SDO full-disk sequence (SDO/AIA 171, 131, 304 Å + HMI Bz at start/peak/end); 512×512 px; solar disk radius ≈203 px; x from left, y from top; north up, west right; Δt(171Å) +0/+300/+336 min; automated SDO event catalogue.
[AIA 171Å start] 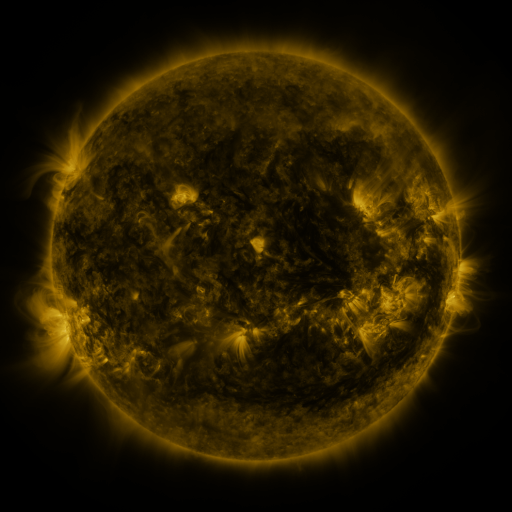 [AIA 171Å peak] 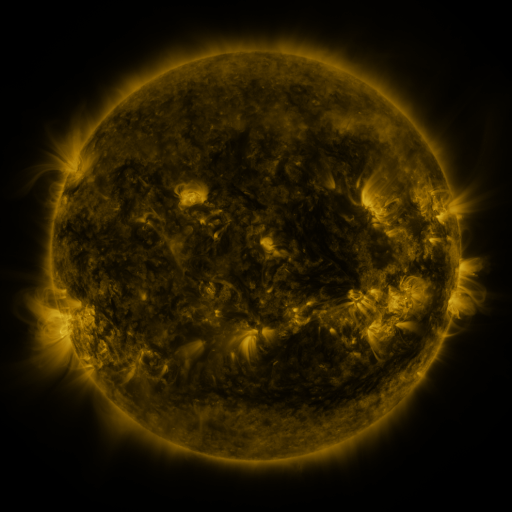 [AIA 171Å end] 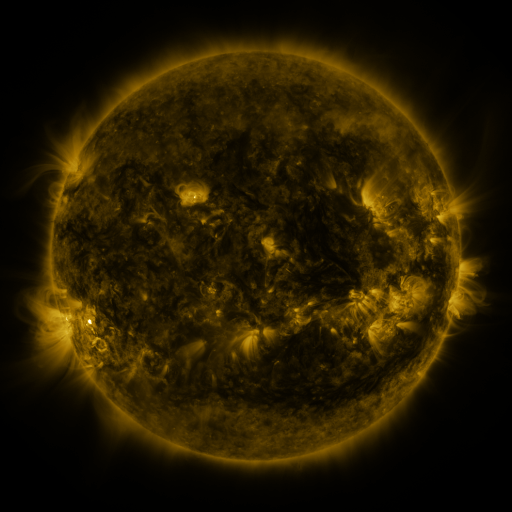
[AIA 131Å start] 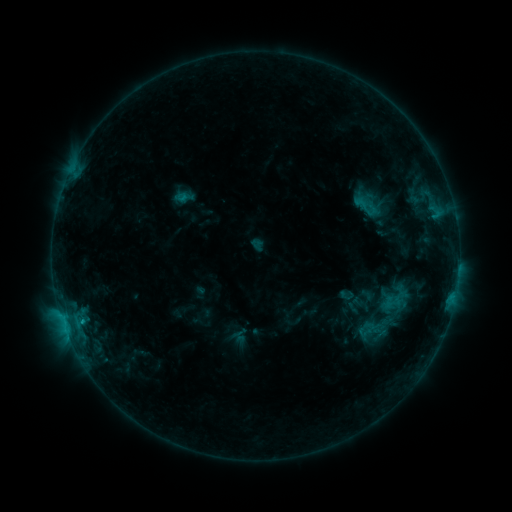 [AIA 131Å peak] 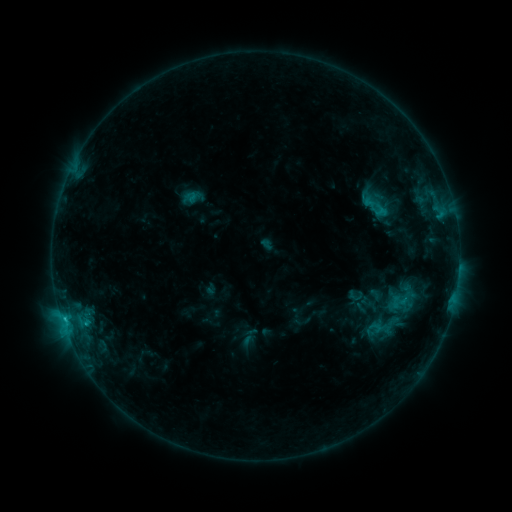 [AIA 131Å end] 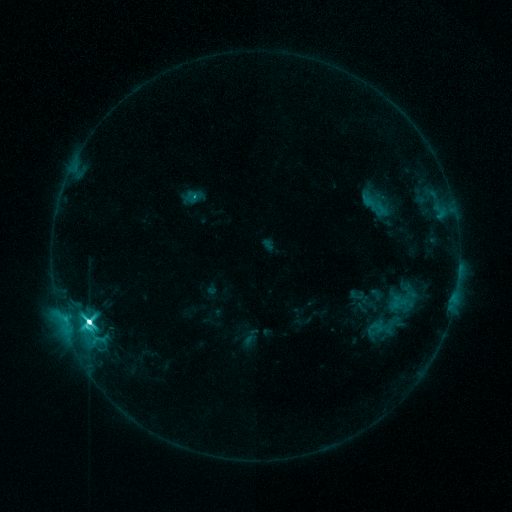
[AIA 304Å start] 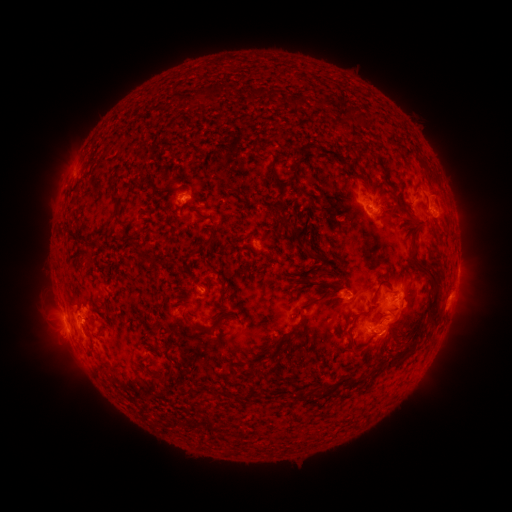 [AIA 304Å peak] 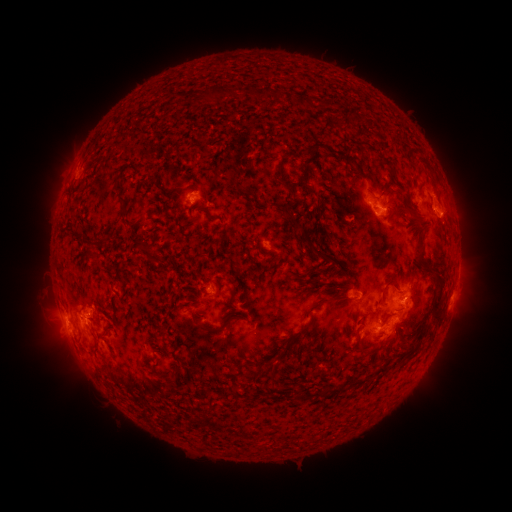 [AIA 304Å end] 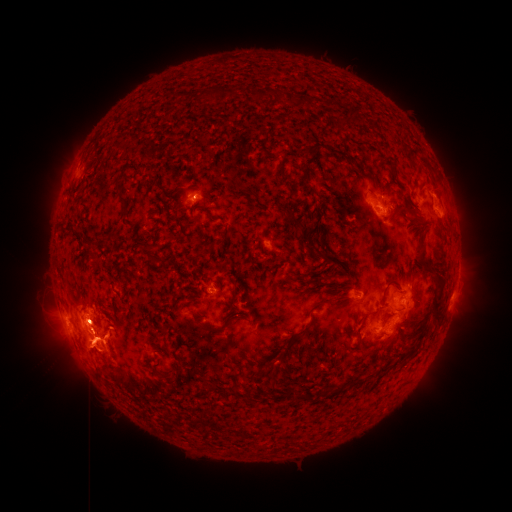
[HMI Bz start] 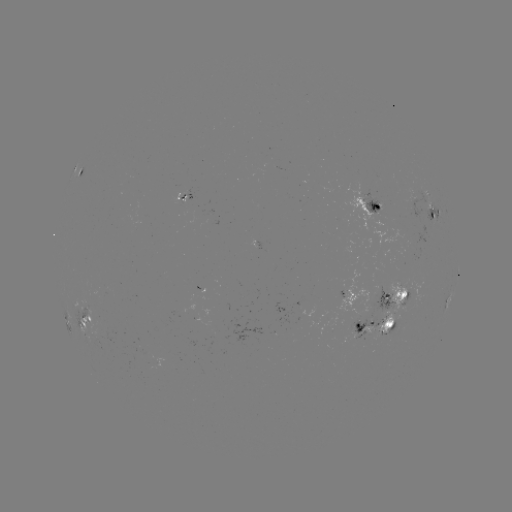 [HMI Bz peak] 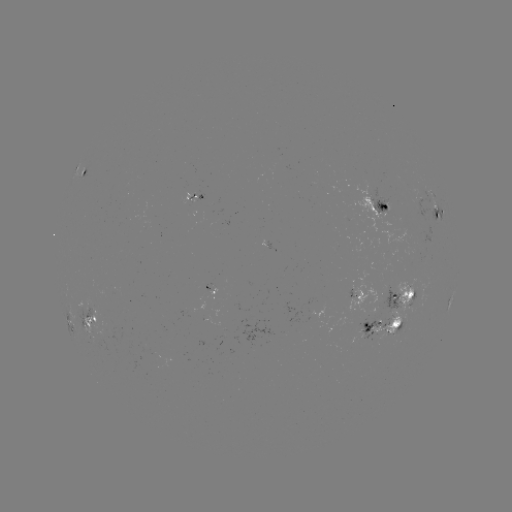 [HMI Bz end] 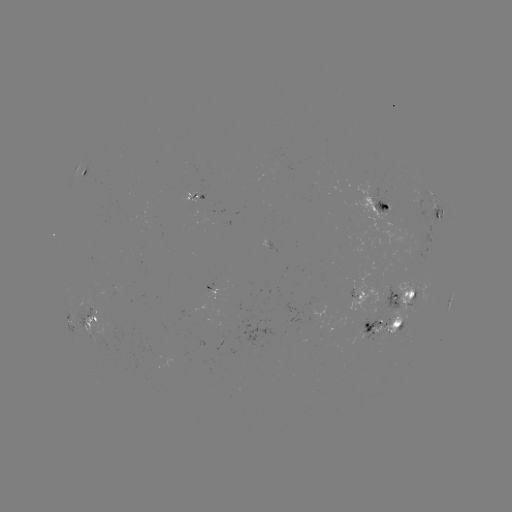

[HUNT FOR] emerging-flux region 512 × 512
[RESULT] [352, 289]